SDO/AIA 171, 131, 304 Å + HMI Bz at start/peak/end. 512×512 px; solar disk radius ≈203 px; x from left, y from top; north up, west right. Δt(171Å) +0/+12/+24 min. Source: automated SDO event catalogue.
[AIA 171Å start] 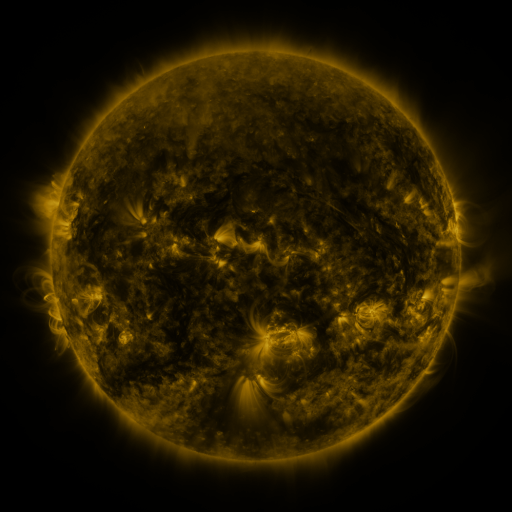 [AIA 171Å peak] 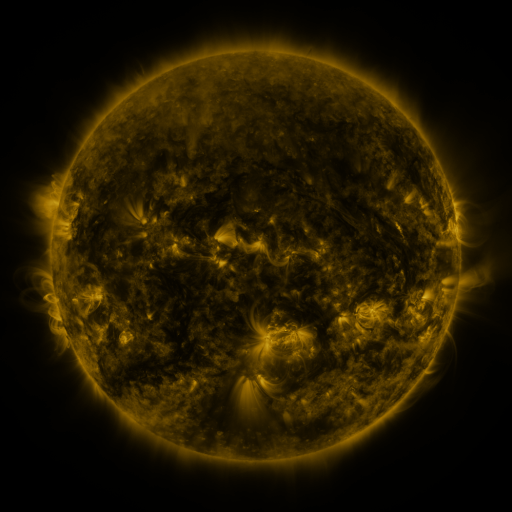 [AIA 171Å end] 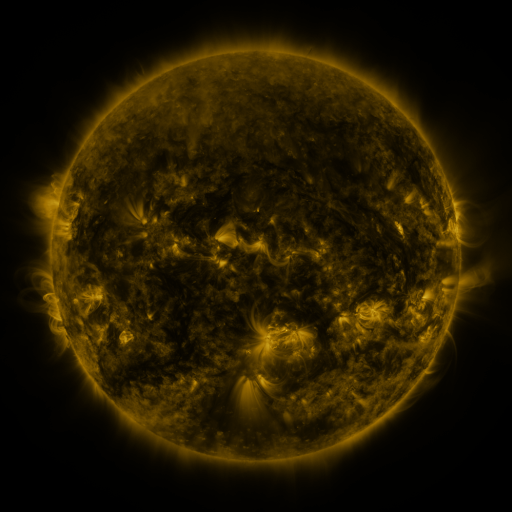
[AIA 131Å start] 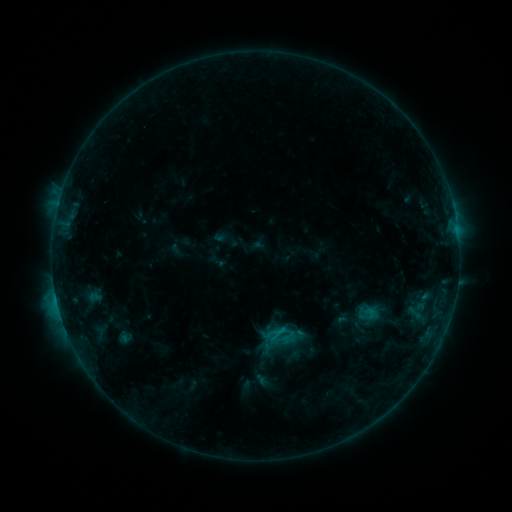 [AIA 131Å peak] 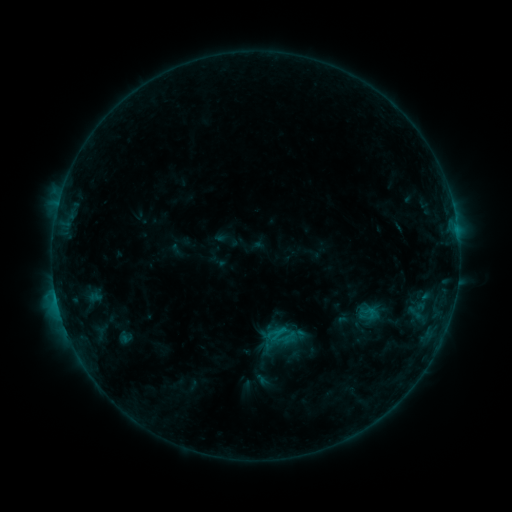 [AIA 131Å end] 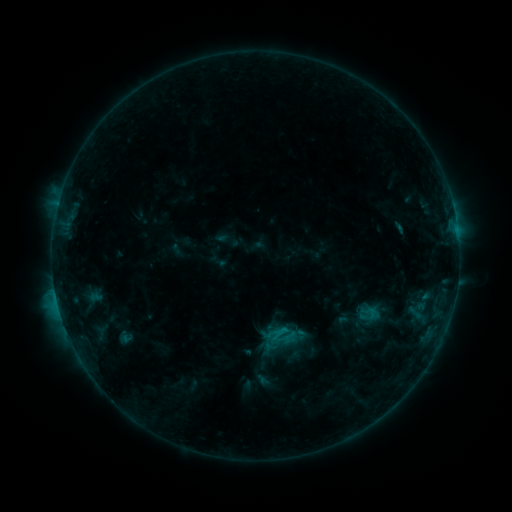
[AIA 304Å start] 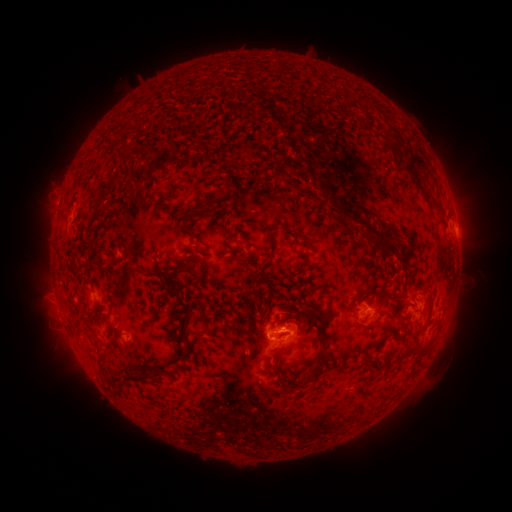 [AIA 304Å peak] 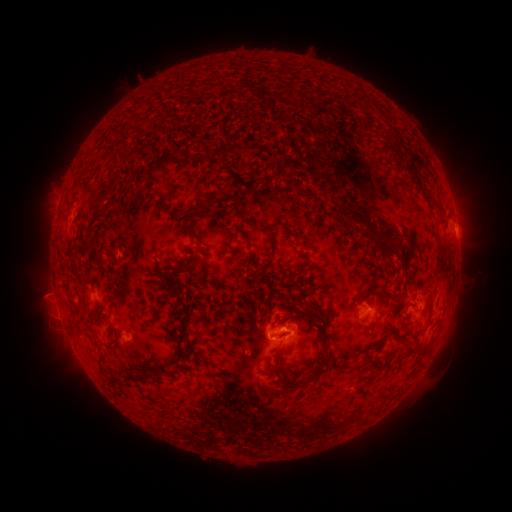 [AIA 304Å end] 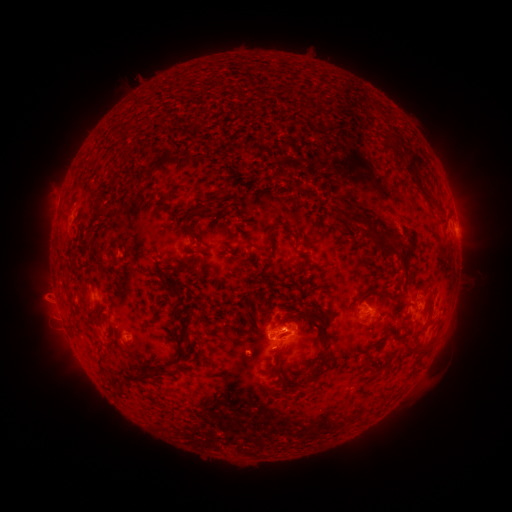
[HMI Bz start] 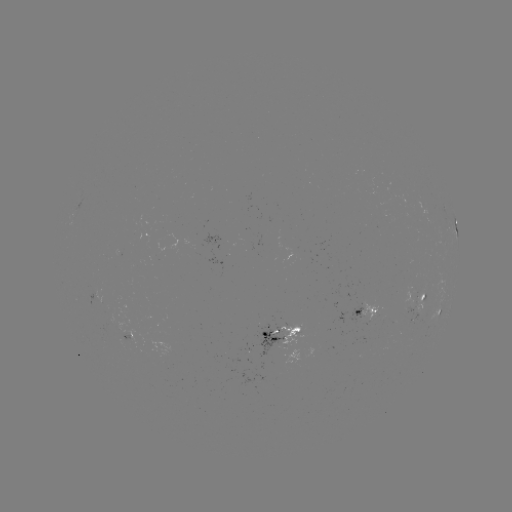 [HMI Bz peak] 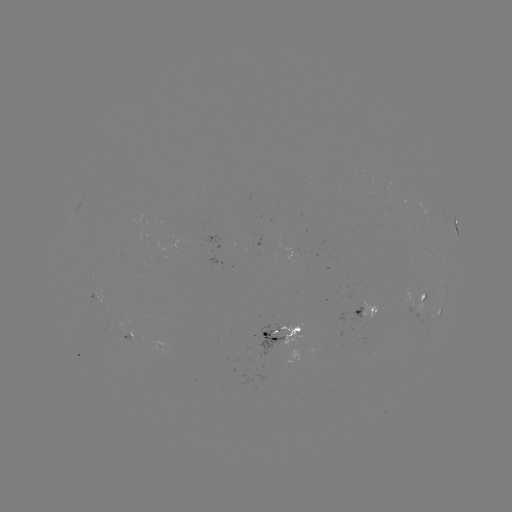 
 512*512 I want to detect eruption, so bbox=[343, 177, 391, 226].